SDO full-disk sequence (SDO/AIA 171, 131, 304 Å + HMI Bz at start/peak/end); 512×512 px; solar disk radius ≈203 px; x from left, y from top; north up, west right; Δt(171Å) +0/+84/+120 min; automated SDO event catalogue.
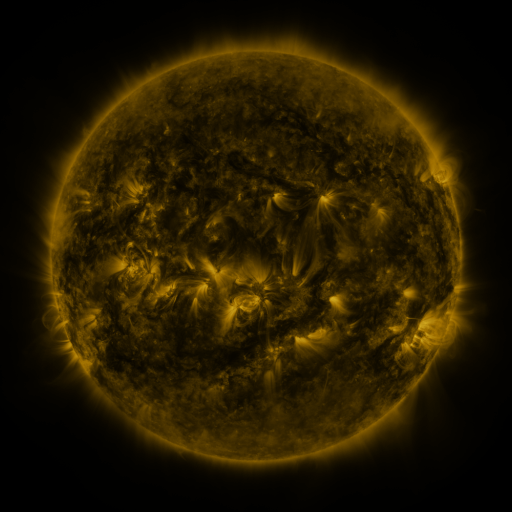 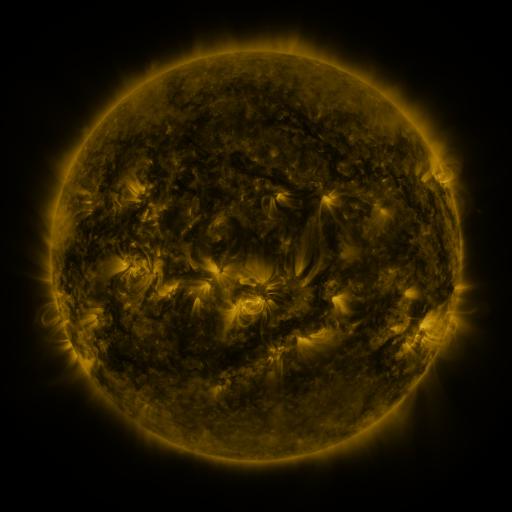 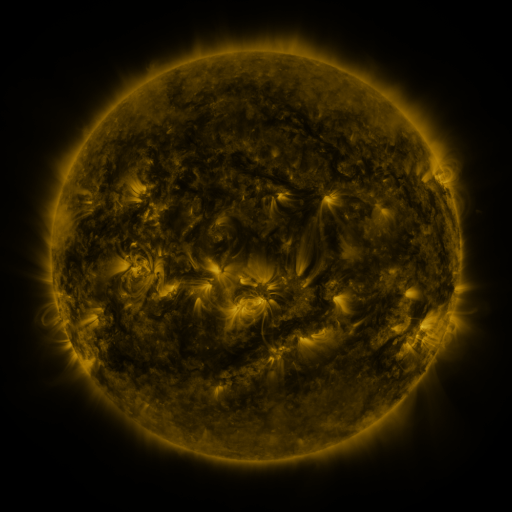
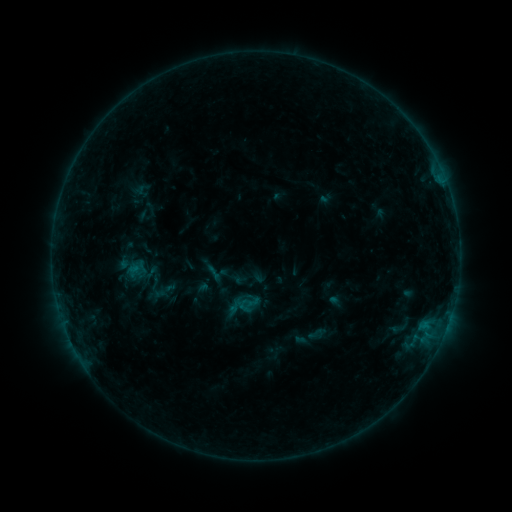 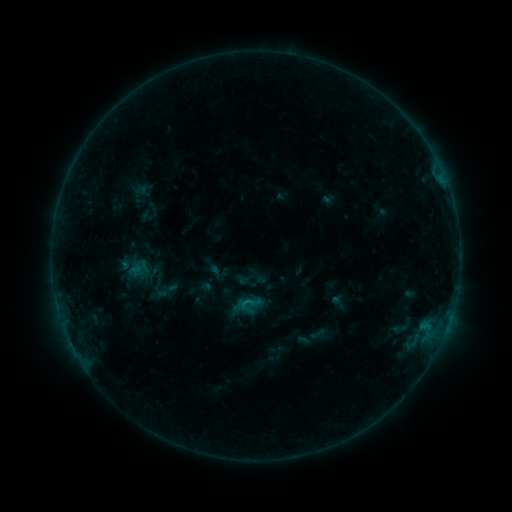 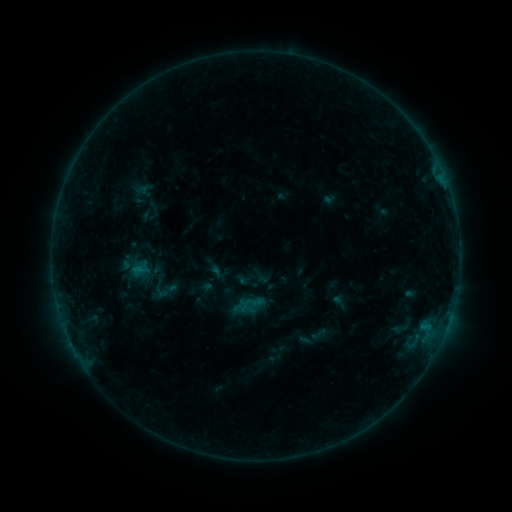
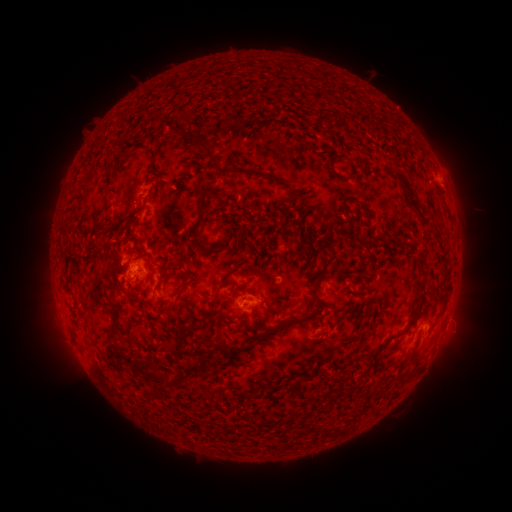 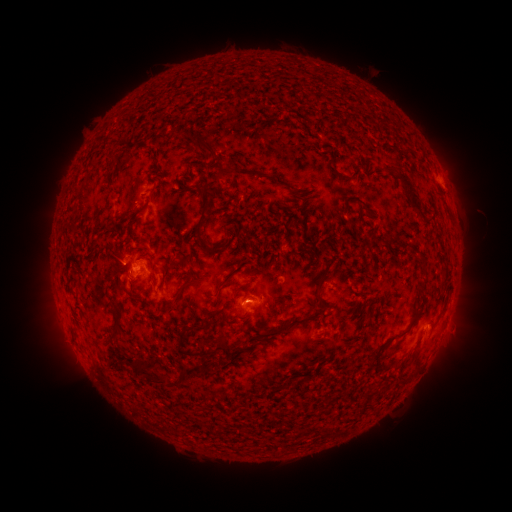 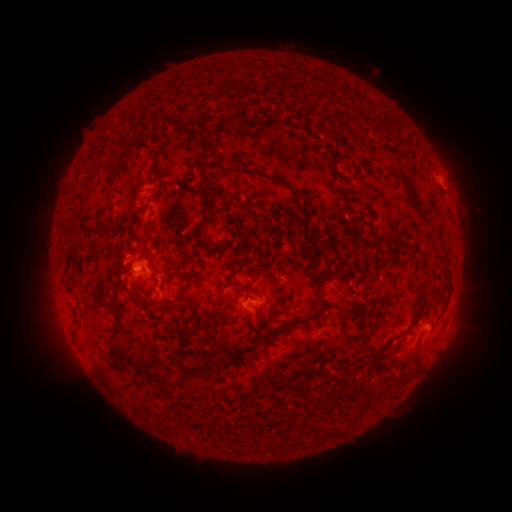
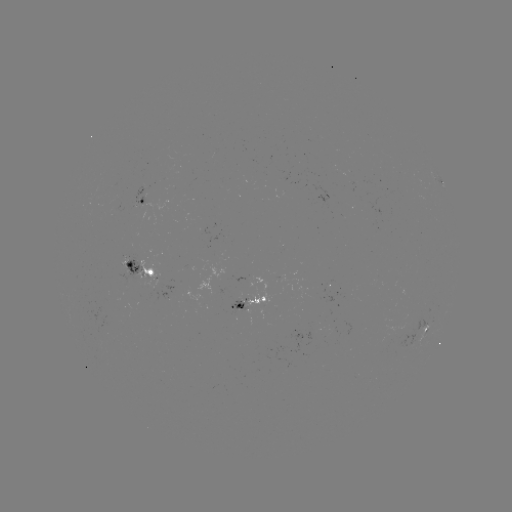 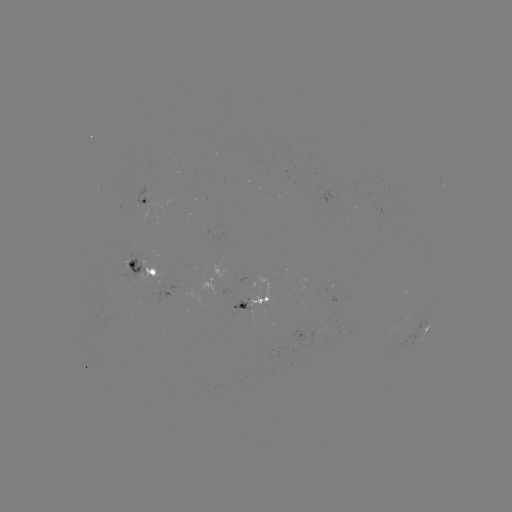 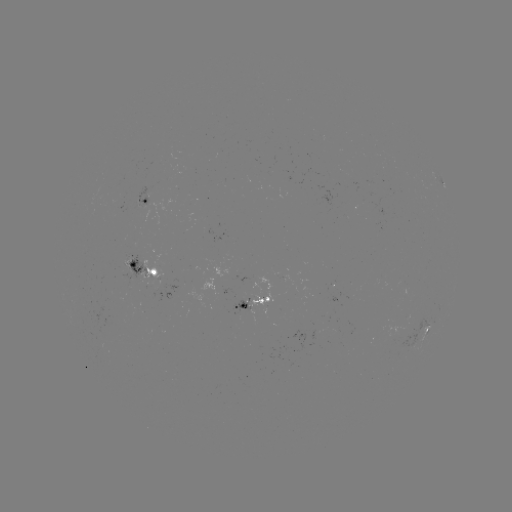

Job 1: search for emerging-flux region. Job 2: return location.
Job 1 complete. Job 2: [245, 300].